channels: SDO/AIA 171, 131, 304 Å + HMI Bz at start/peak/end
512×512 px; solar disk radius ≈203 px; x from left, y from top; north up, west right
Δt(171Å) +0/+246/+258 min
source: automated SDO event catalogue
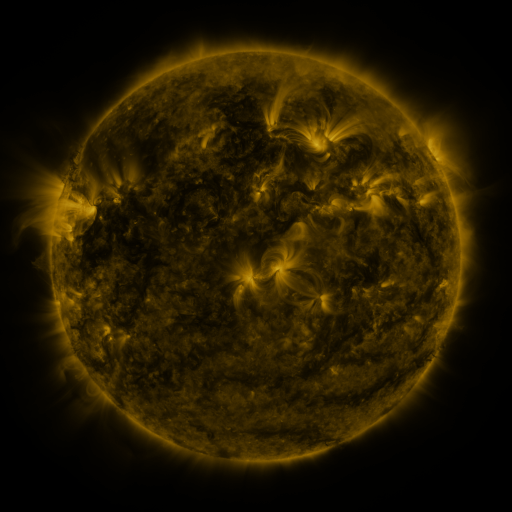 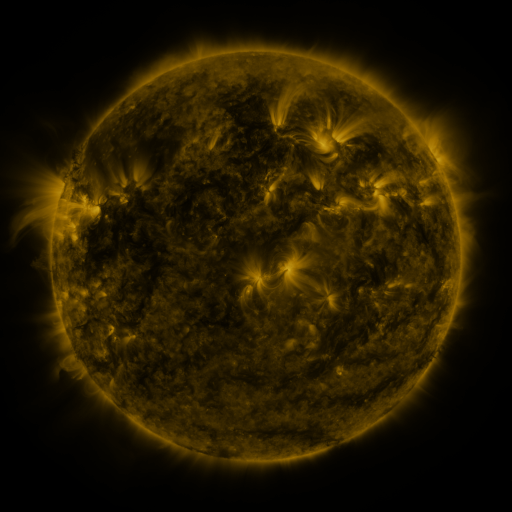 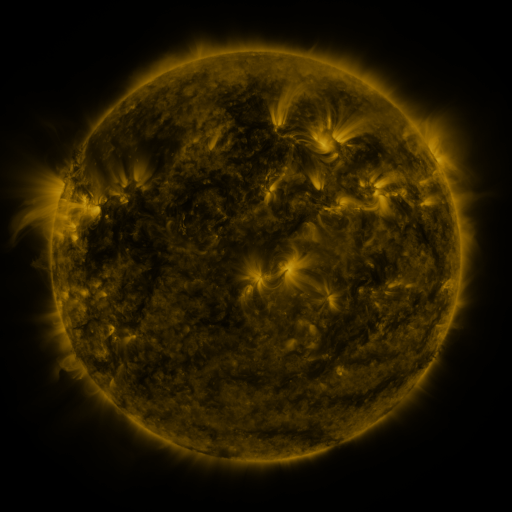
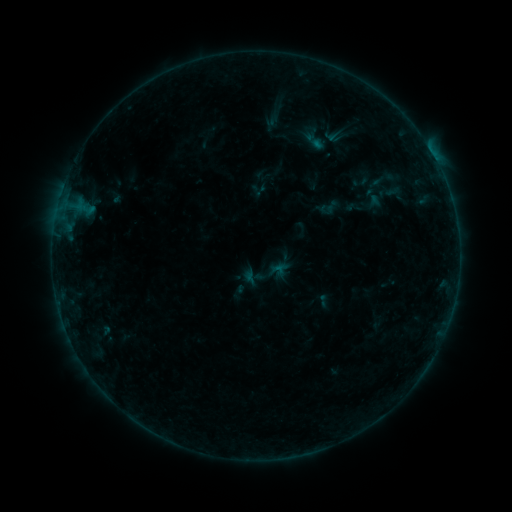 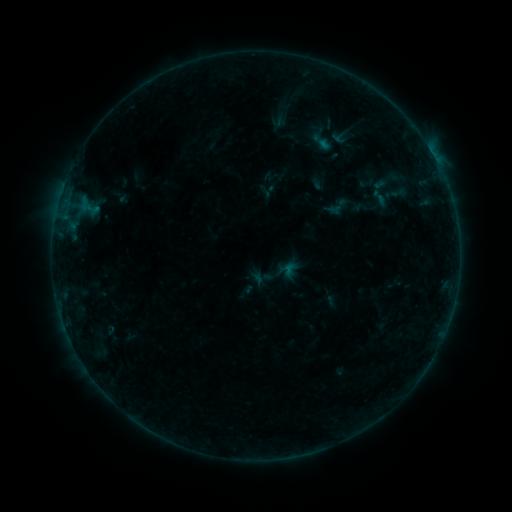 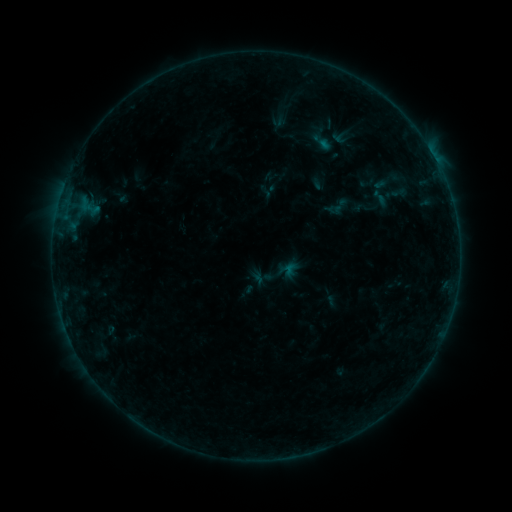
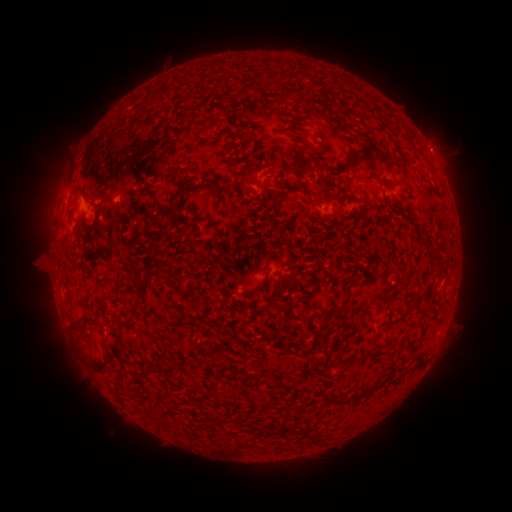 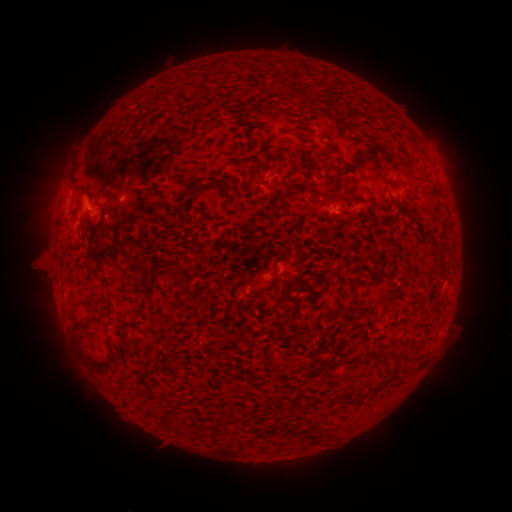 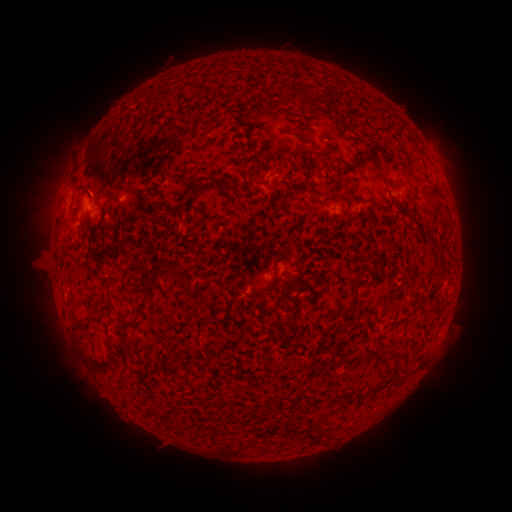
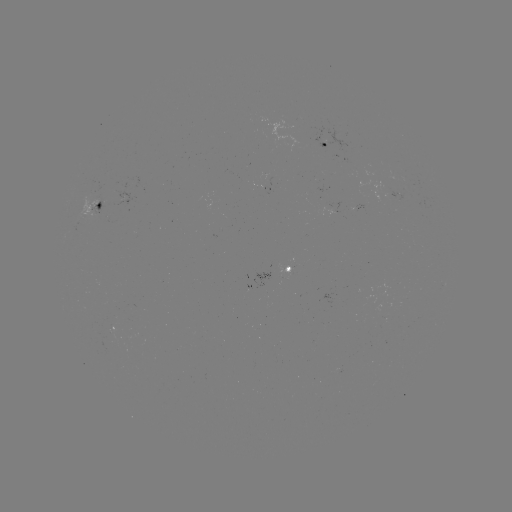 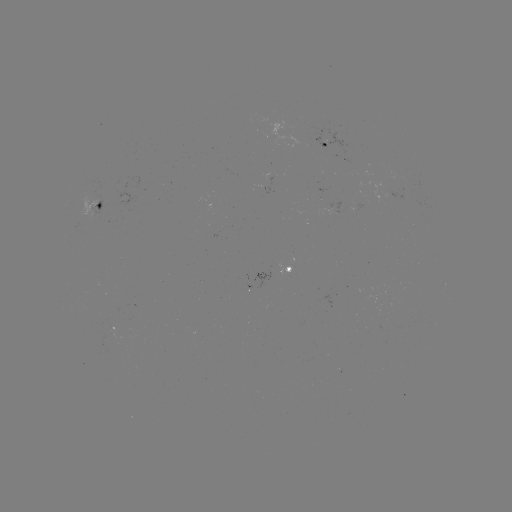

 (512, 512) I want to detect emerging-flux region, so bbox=[90, 334, 123, 353].